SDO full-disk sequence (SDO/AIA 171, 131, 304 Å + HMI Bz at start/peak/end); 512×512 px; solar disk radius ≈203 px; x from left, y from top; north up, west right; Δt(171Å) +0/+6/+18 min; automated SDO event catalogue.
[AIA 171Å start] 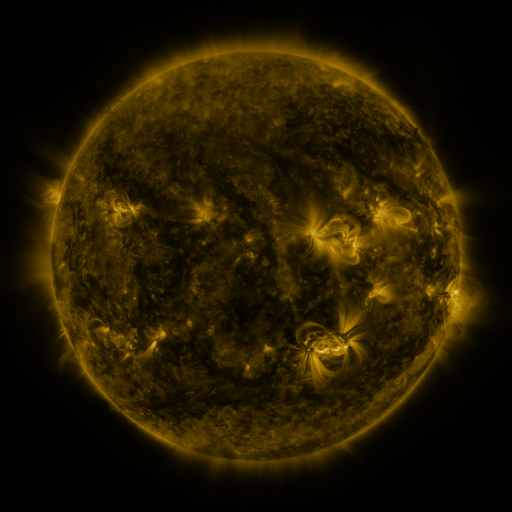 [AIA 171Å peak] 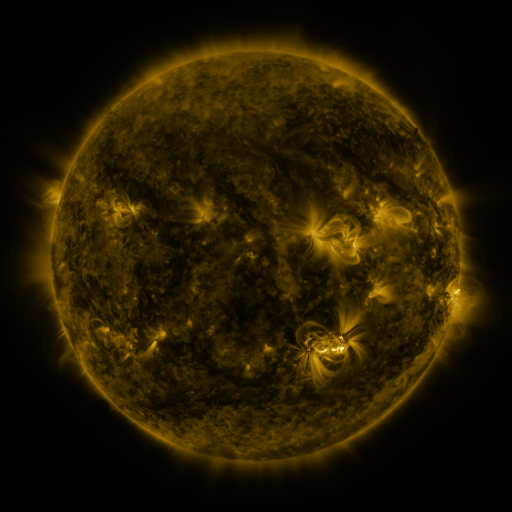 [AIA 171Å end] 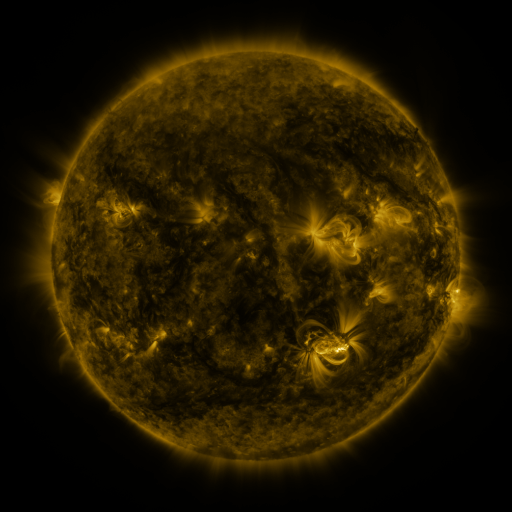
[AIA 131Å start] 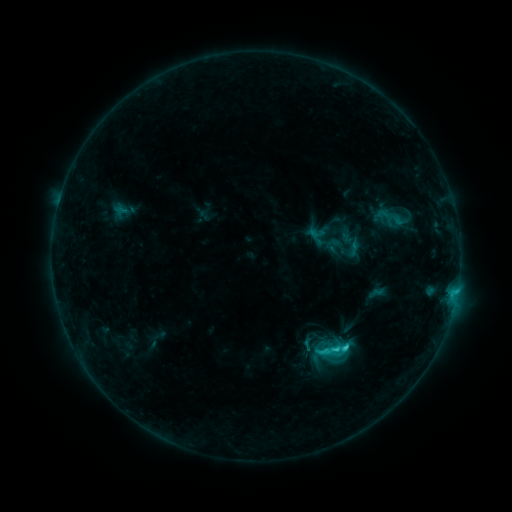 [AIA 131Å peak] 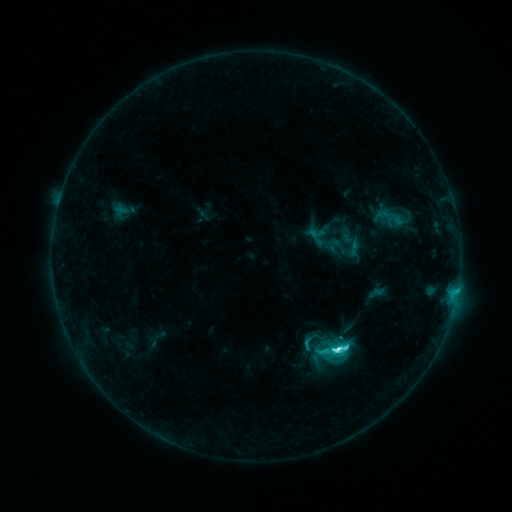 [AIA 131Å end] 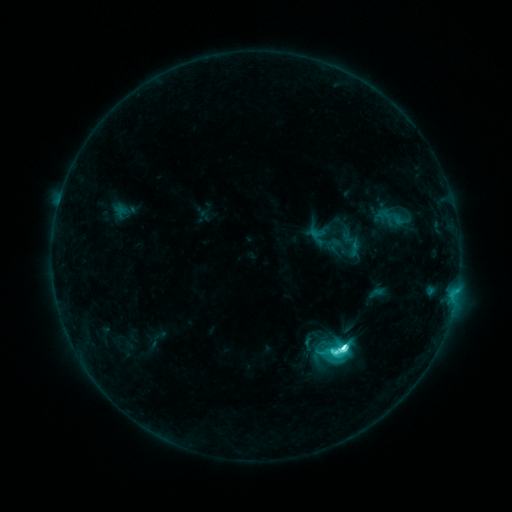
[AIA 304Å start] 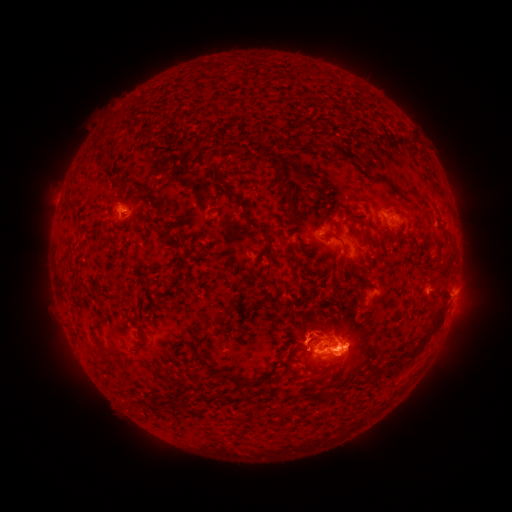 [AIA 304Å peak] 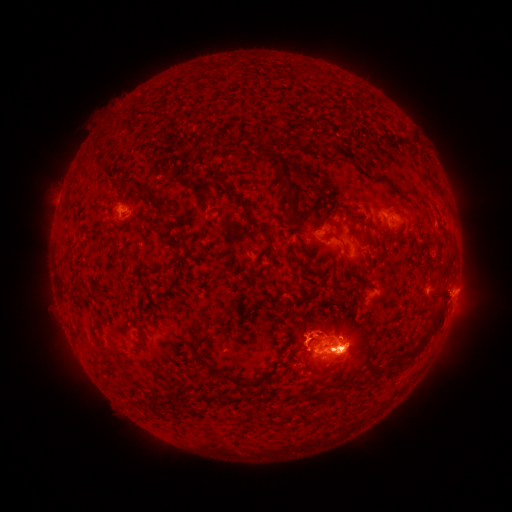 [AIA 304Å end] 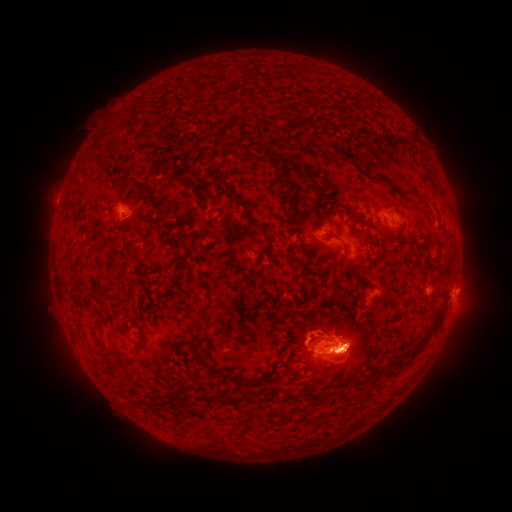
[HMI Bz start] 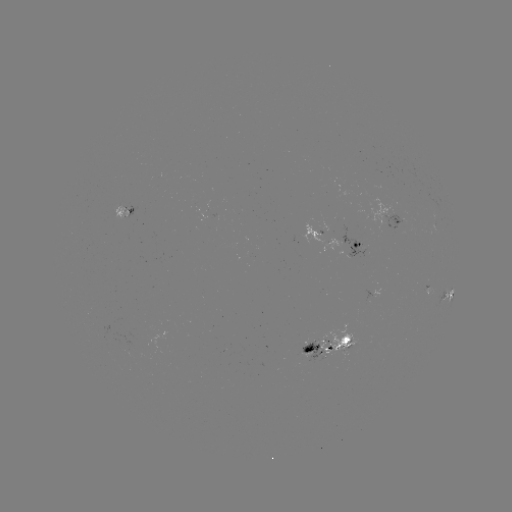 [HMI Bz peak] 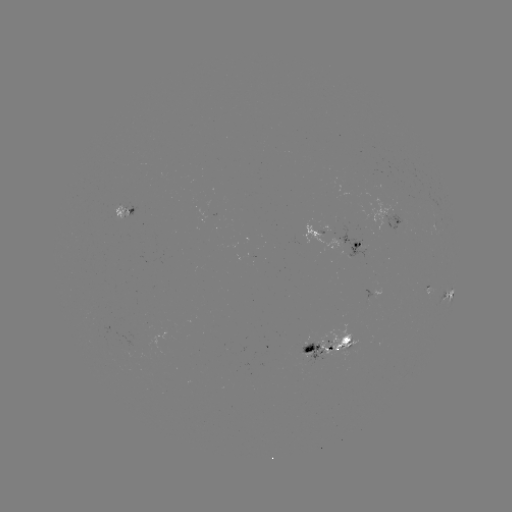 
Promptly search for eruption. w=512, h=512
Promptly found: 350,353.